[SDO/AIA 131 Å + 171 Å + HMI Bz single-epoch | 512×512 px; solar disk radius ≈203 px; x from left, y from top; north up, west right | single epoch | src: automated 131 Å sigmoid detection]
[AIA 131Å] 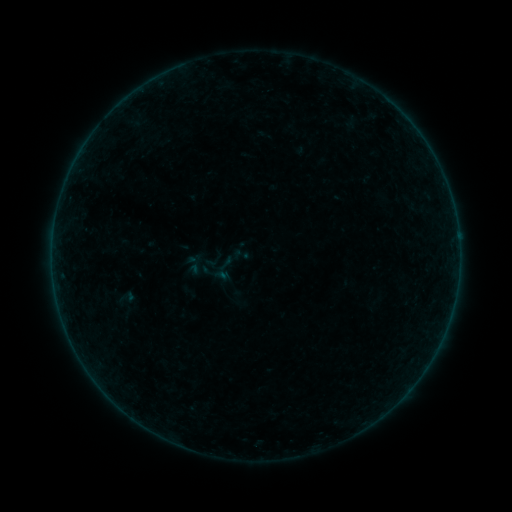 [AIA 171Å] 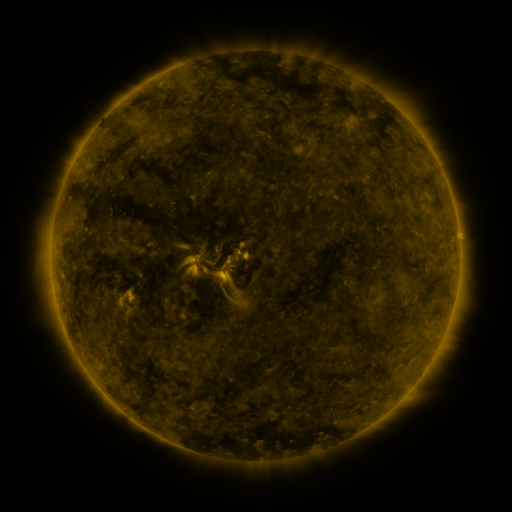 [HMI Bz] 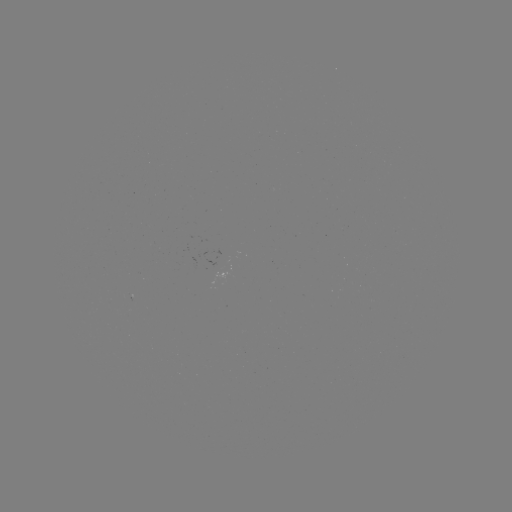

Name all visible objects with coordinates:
sigmoid: (126, 297)
